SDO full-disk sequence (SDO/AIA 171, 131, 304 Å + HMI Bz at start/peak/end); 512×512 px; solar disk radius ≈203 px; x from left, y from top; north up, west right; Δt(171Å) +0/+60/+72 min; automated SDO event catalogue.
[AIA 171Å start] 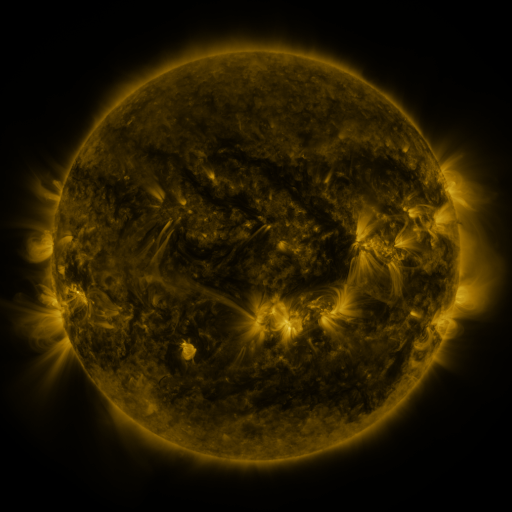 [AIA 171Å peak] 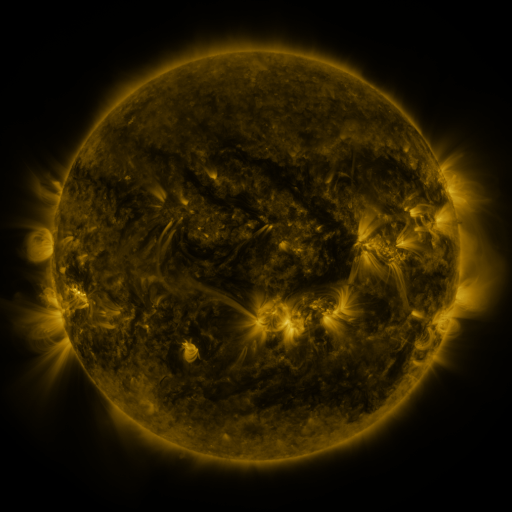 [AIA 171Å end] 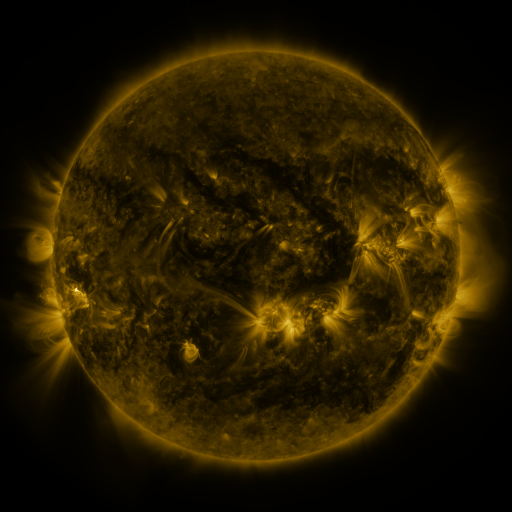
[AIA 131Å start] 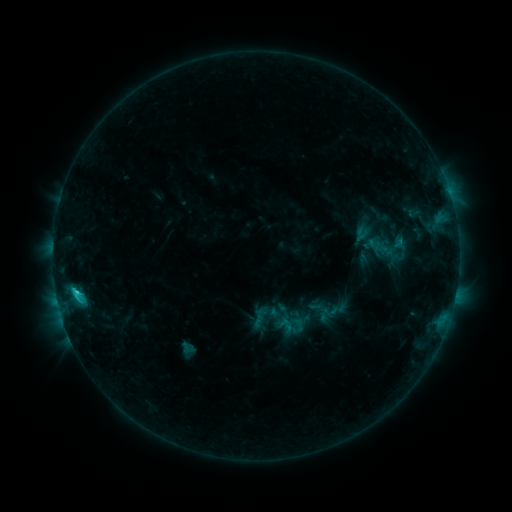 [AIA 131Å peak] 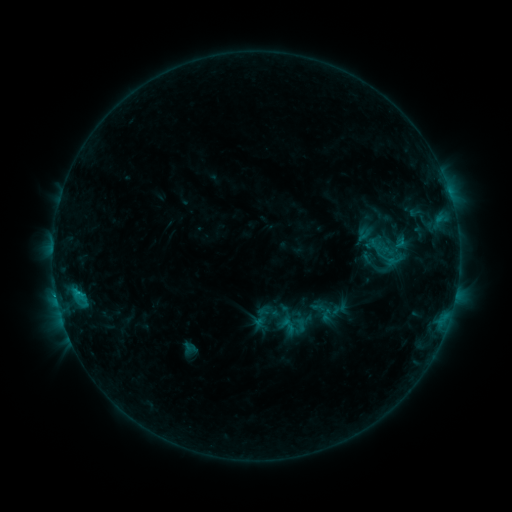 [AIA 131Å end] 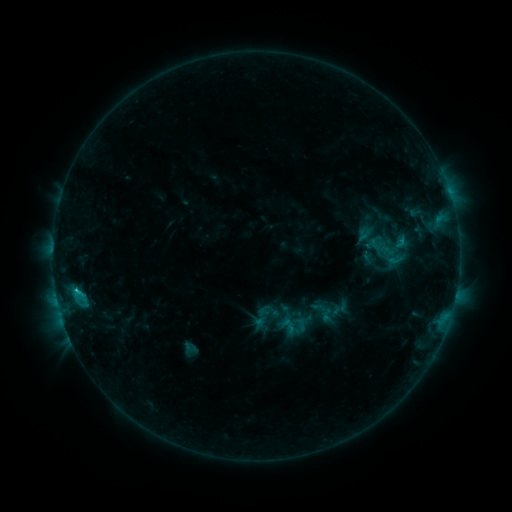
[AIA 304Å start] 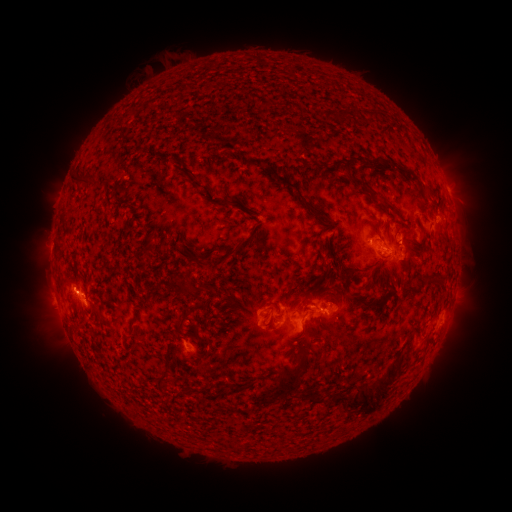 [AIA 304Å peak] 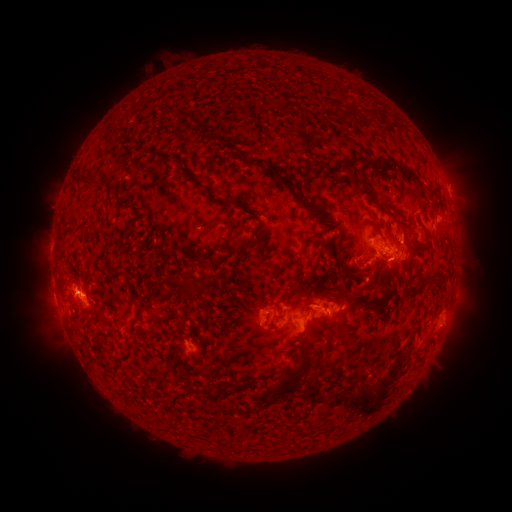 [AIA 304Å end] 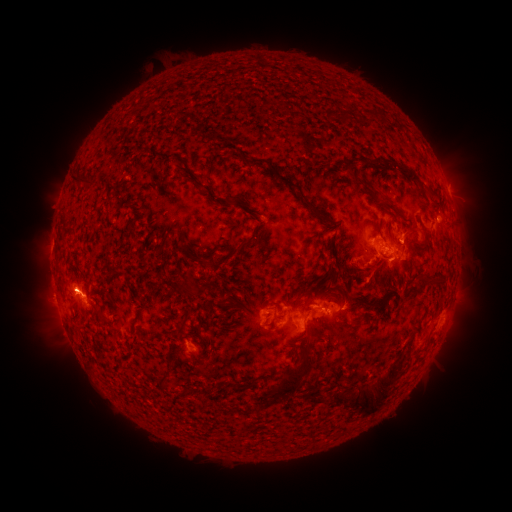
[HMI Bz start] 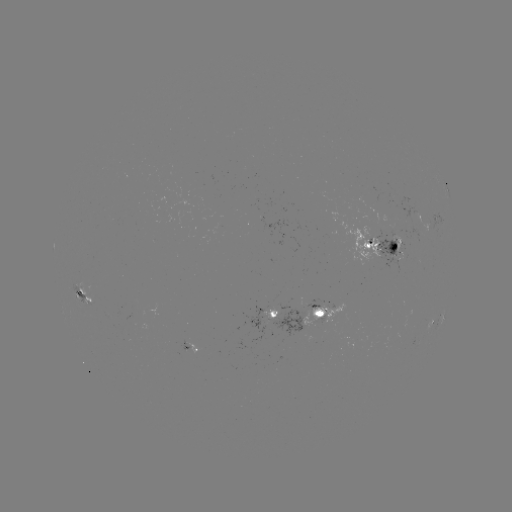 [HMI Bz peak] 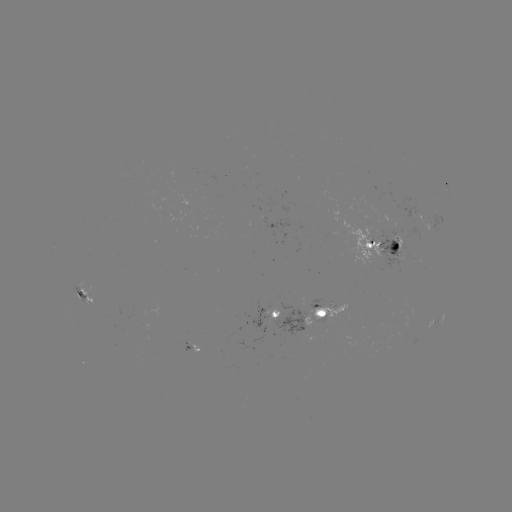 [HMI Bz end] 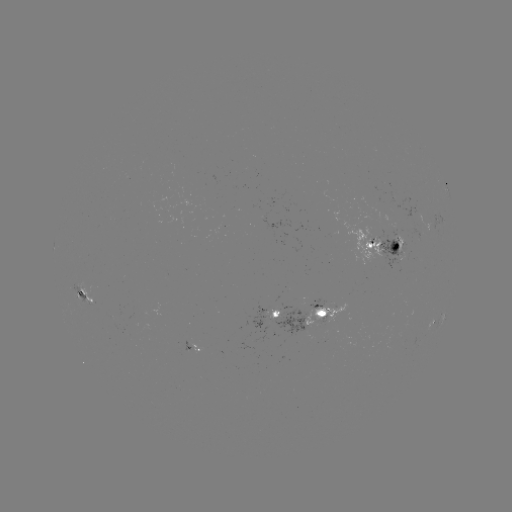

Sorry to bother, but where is emerging-flux region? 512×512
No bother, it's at [87, 292].